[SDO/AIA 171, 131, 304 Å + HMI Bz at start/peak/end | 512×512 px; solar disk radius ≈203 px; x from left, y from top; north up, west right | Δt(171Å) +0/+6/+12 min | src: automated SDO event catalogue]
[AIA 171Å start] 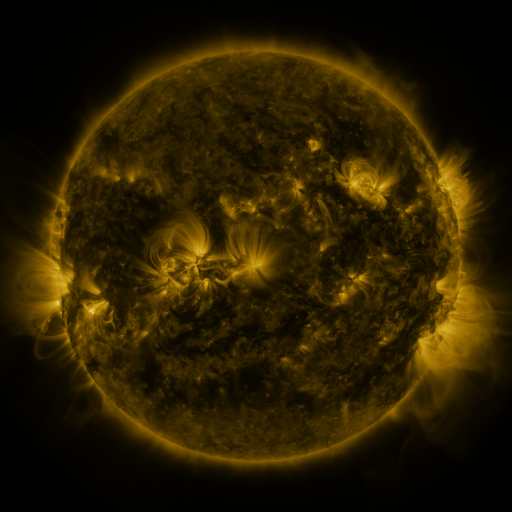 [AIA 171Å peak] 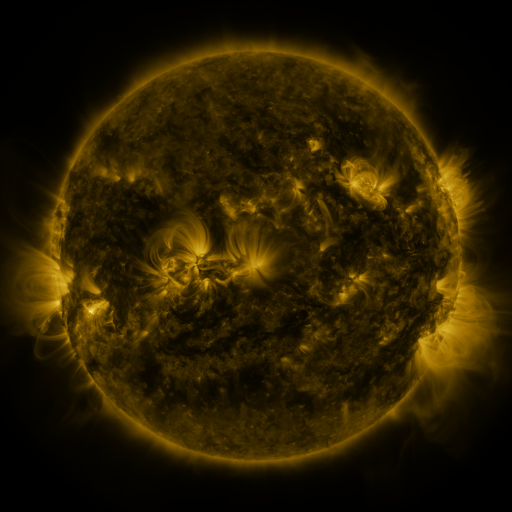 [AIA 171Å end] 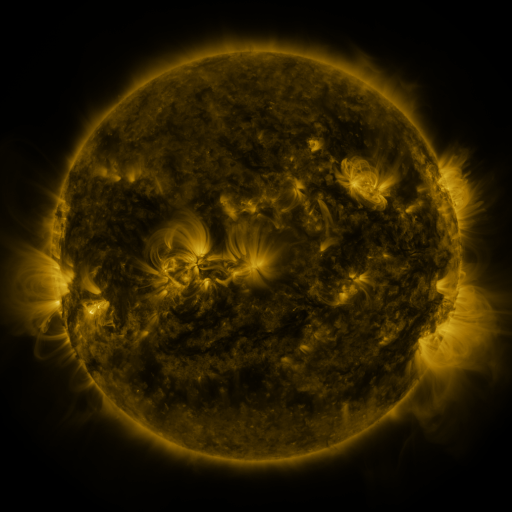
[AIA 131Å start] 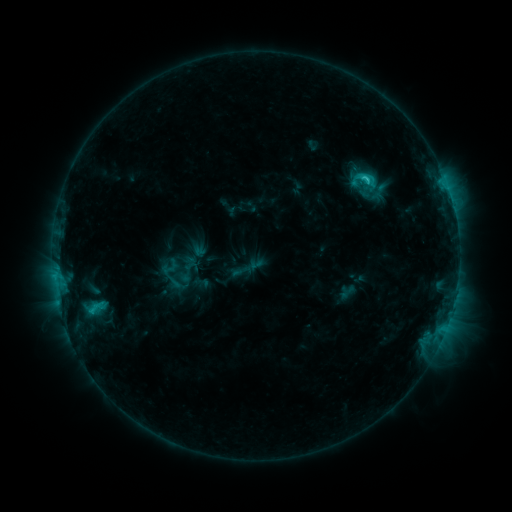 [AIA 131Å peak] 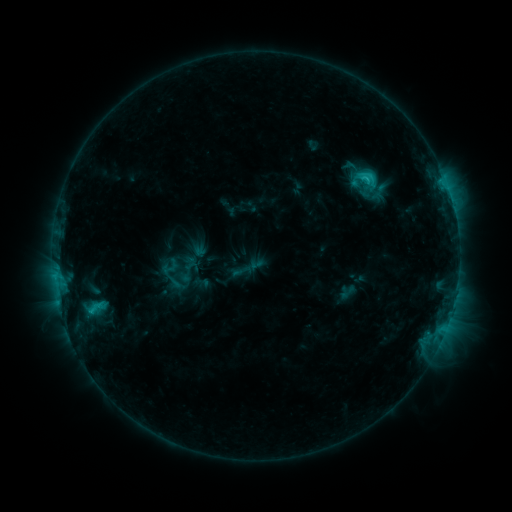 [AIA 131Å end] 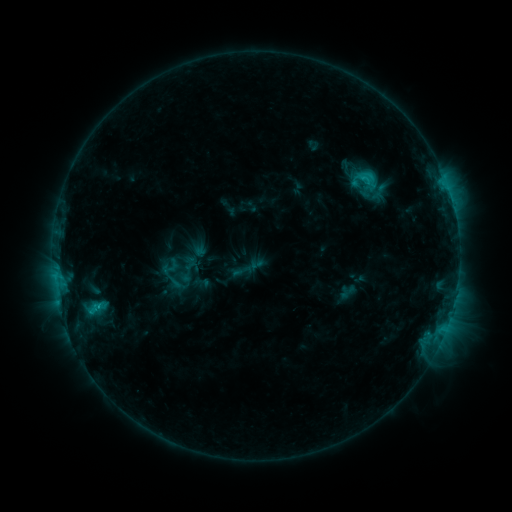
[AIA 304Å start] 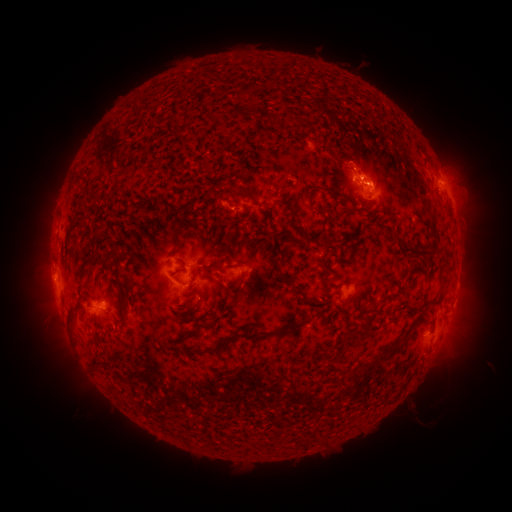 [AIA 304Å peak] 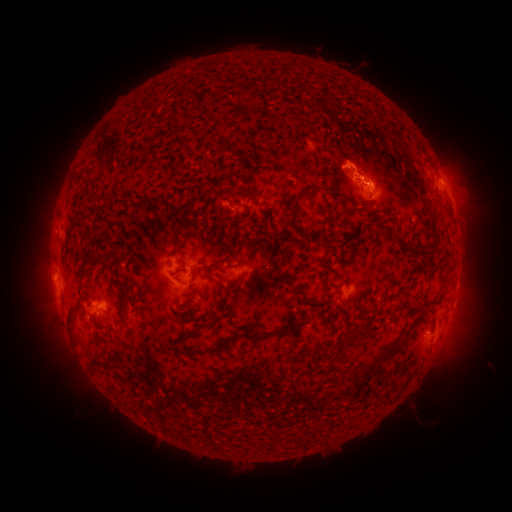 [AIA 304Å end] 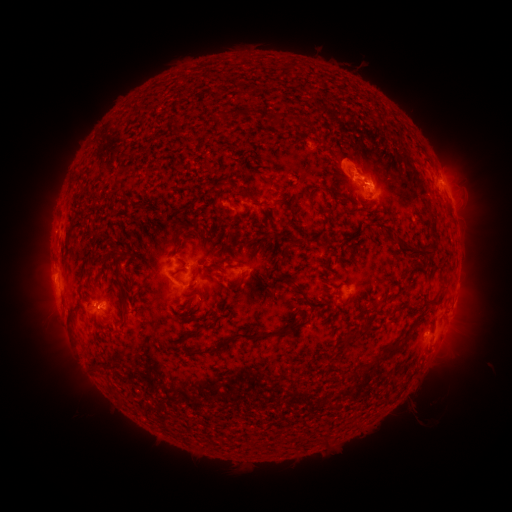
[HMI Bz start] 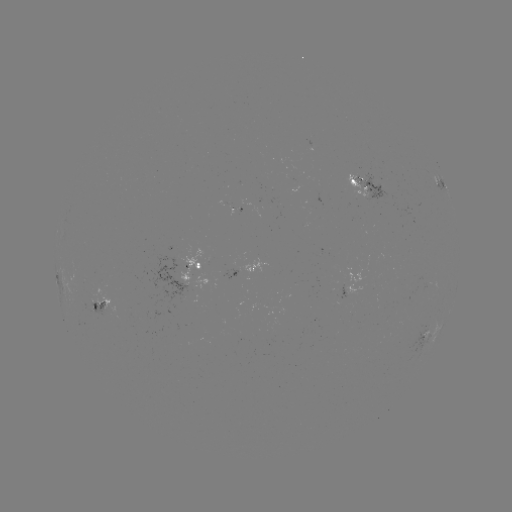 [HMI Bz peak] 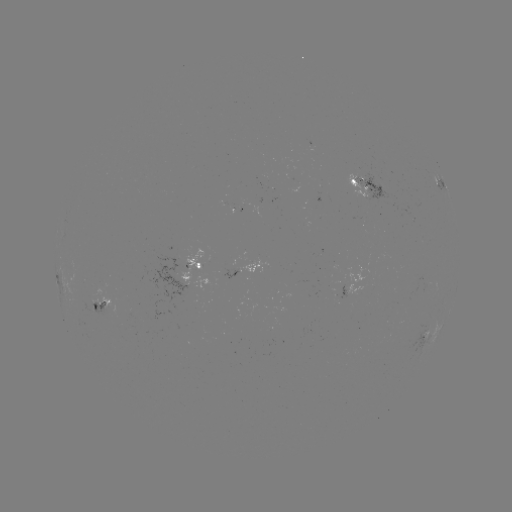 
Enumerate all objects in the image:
eruption: (352, 157)
